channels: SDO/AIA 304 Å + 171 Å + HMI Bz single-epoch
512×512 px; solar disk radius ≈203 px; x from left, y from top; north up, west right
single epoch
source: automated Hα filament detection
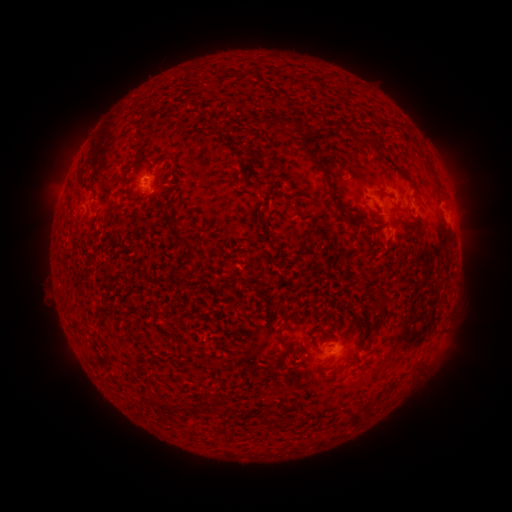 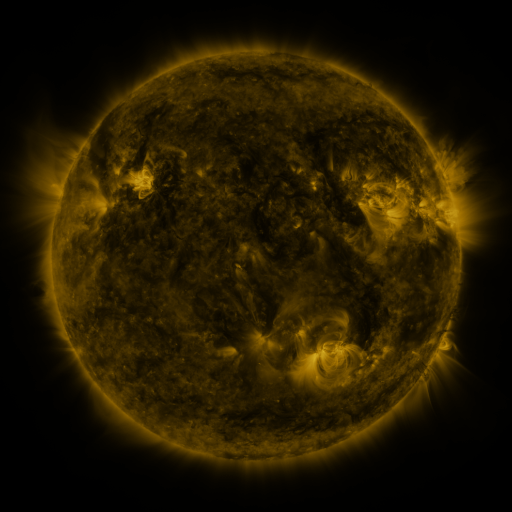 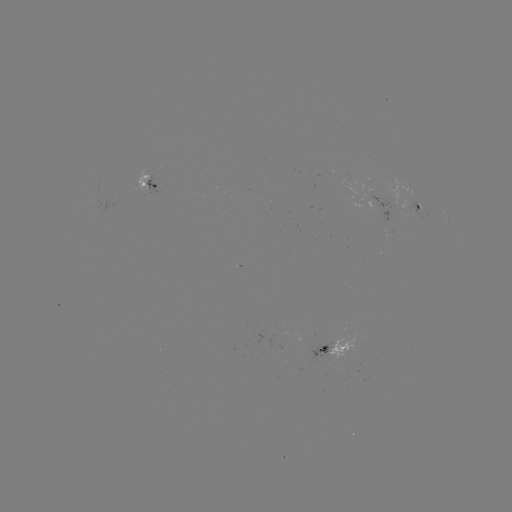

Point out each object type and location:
filament: (135, 123, 147, 140)
filament: (298, 129, 324, 174)
filament: (312, 130, 322, 139)
filament: (359, 137, 371, 147)
filament: (373, 142, 388, 153)
filament: (399, 168, 415, 186)
filament: (323, 176, 351, 220)
filament: (78, 178, 95, 193)
filament: (123, 185, 136, 202)
filament: (166, 220, 195, 255)
filament: (272, 246, 283, 258)
filament: (359, 269, 369, 284)
filament: (368, 288, 387, 333)
filament: (78, 324, 91, 335)
filament: (145, 395, 159, 405)
filament: (261, 413, 270, 425)
filament: (348, 413, 363, 428)
filament: (276, 421, 291, 432)
